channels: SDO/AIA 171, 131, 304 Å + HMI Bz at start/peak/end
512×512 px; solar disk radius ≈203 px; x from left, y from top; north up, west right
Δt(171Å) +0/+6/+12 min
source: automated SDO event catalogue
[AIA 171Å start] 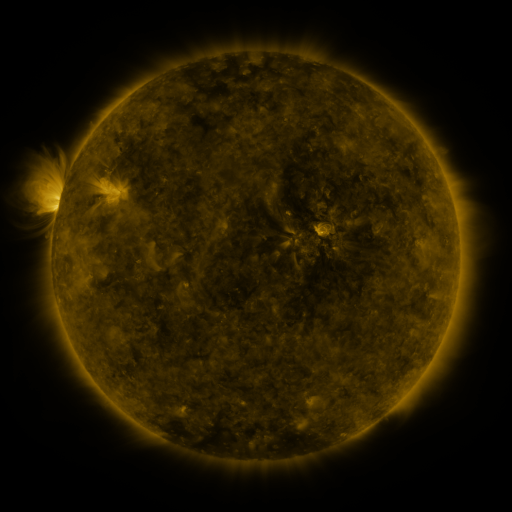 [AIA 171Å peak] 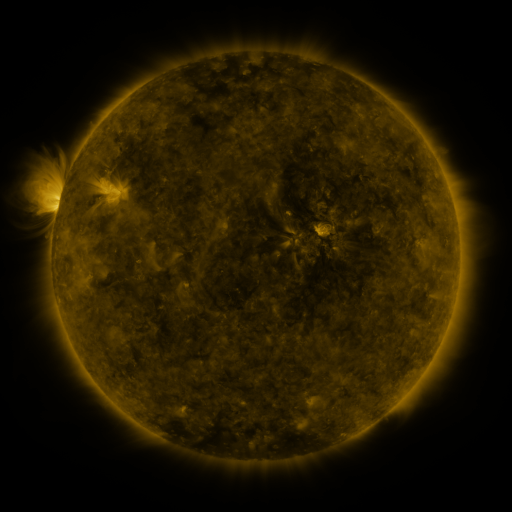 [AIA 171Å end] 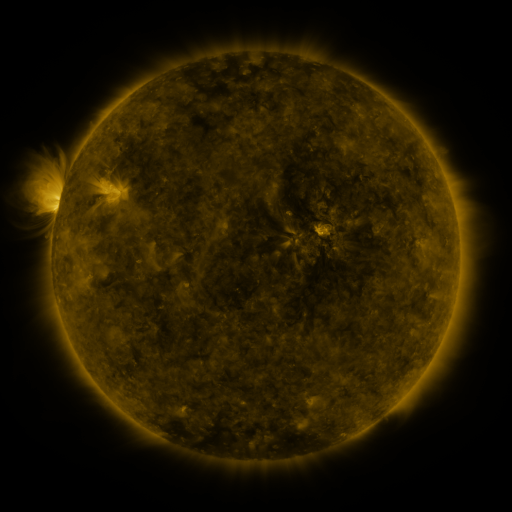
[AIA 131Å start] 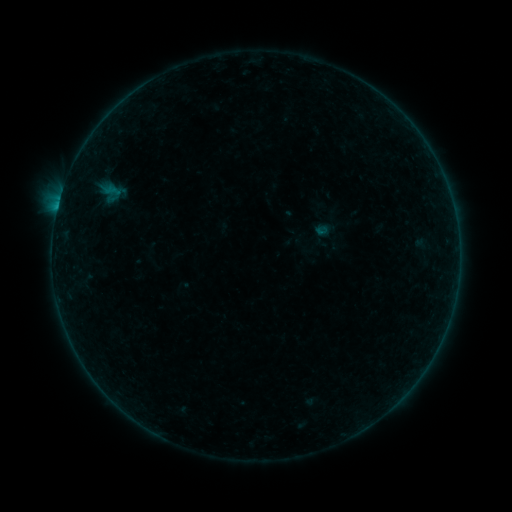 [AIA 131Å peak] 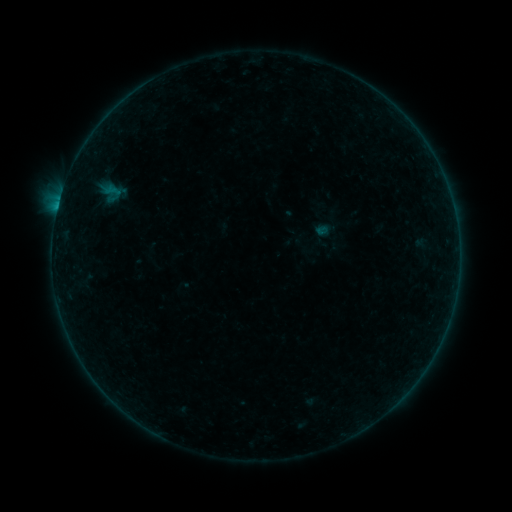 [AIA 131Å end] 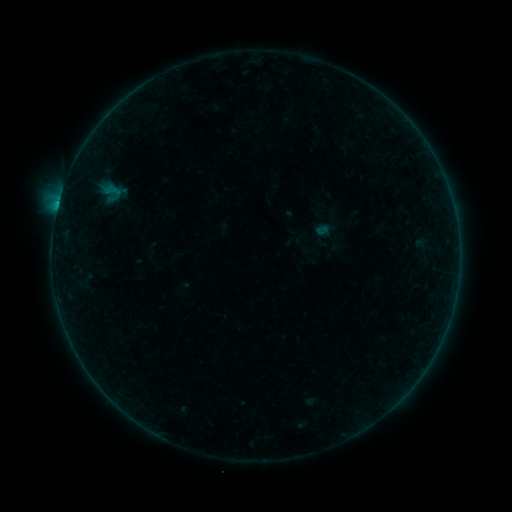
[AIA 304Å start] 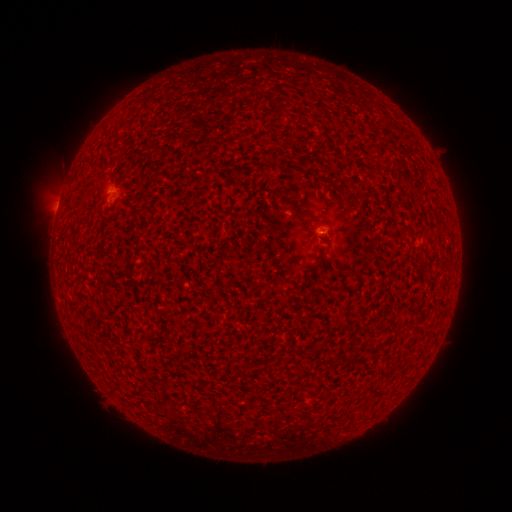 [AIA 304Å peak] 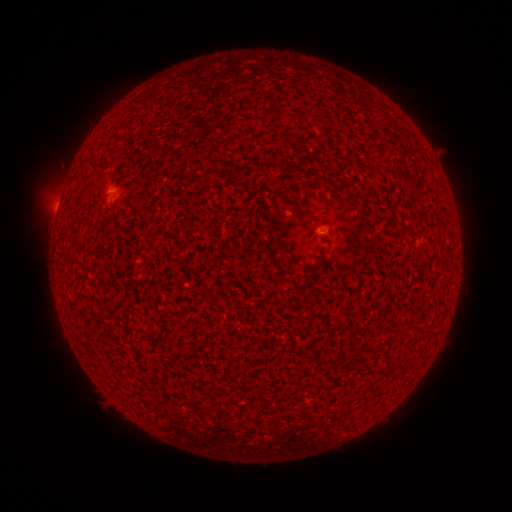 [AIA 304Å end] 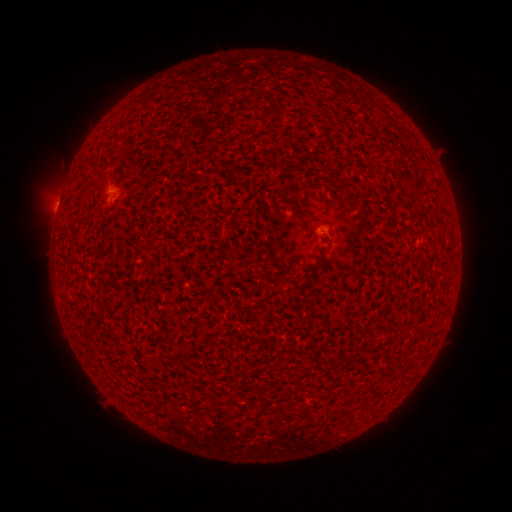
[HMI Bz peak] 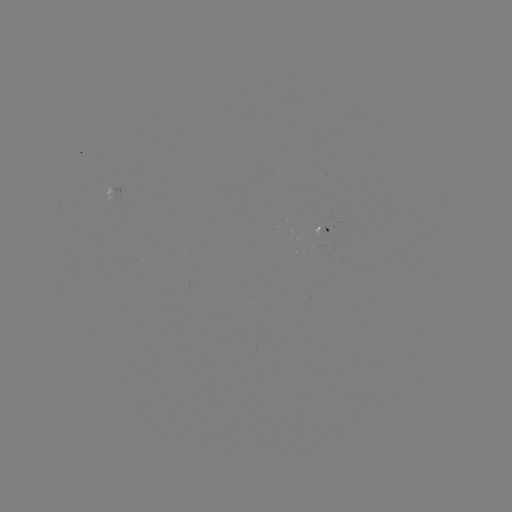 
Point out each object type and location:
B4.4 flare: (58, 206)
